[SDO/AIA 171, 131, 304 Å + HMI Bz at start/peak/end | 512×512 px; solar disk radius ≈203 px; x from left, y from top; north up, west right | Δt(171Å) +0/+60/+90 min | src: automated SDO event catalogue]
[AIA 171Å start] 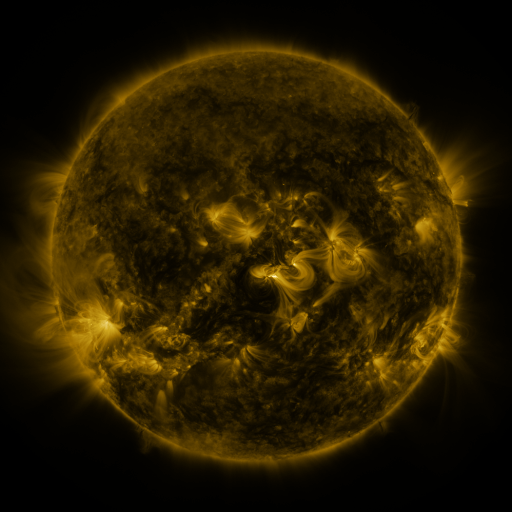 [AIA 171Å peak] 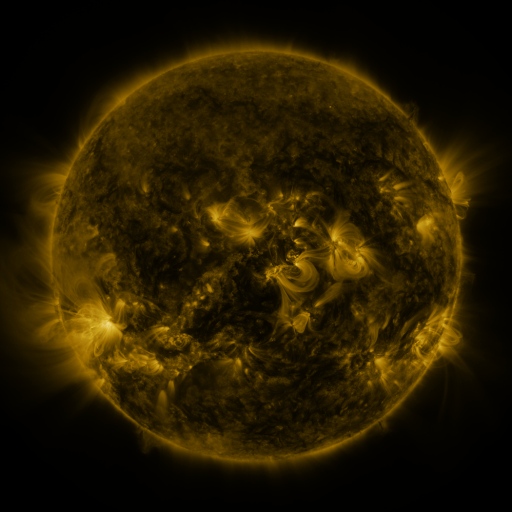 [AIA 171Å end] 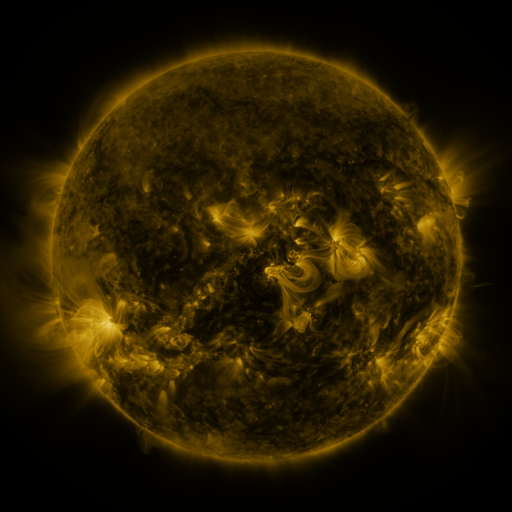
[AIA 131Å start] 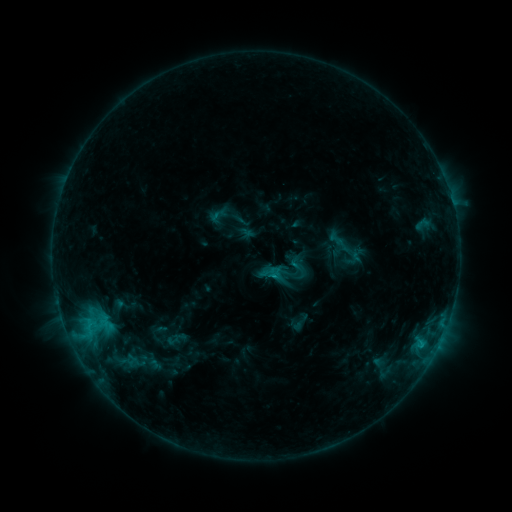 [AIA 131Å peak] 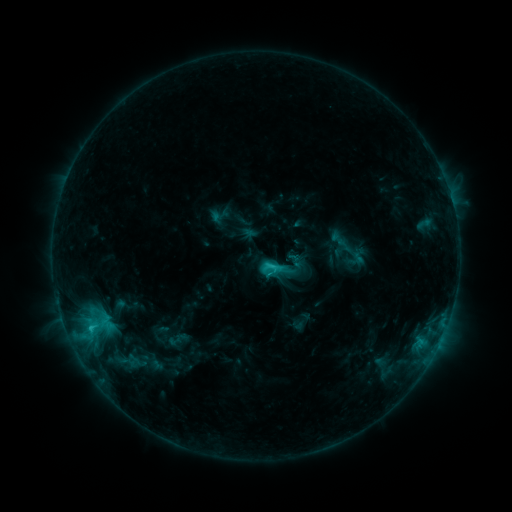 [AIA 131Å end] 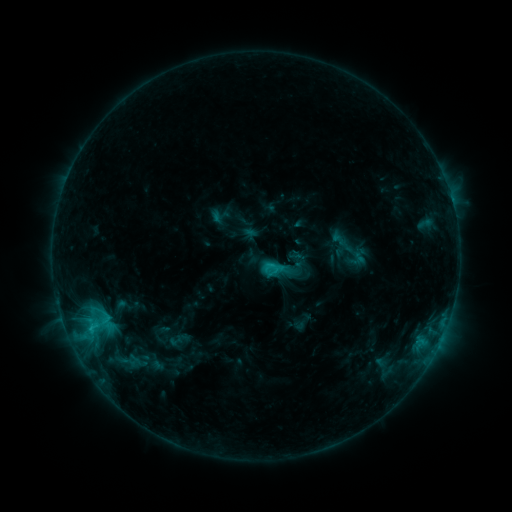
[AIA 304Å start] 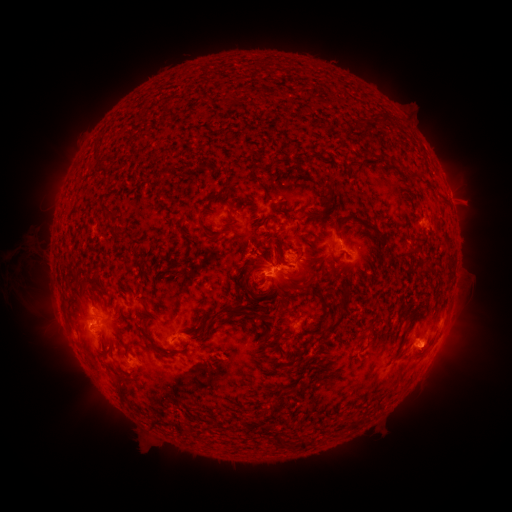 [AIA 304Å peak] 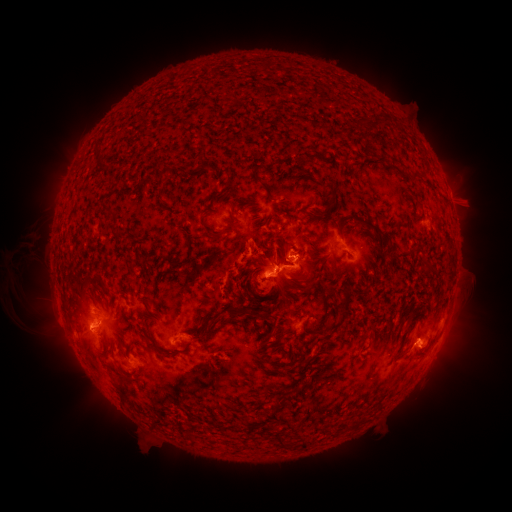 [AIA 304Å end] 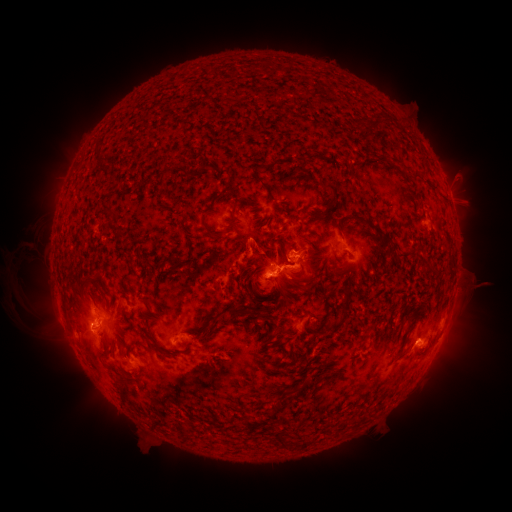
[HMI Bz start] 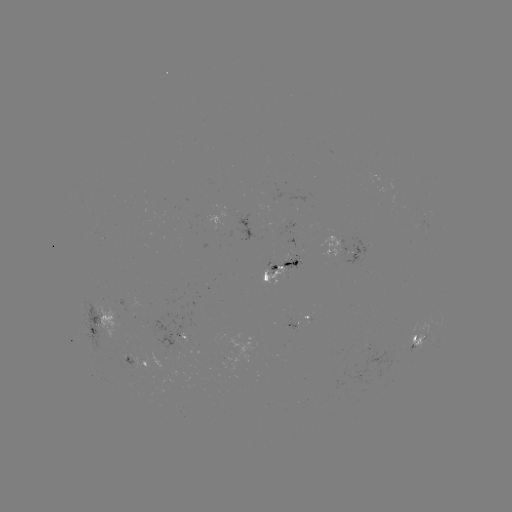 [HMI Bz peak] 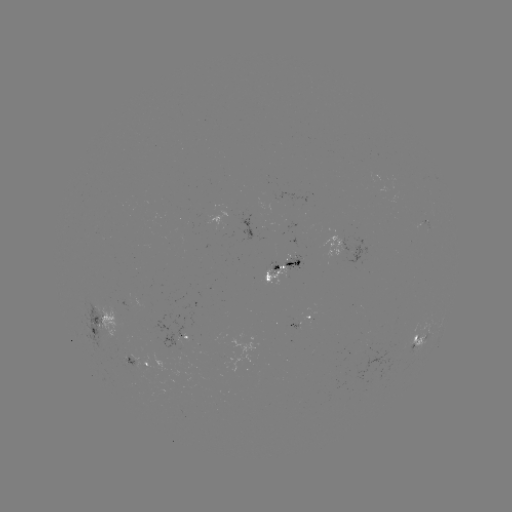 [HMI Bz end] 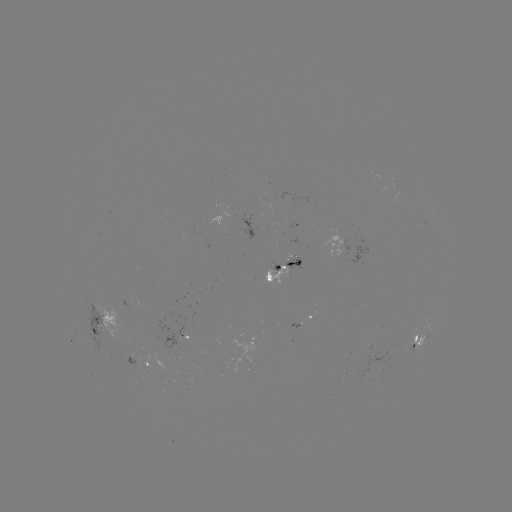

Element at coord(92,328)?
C2.8 flare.